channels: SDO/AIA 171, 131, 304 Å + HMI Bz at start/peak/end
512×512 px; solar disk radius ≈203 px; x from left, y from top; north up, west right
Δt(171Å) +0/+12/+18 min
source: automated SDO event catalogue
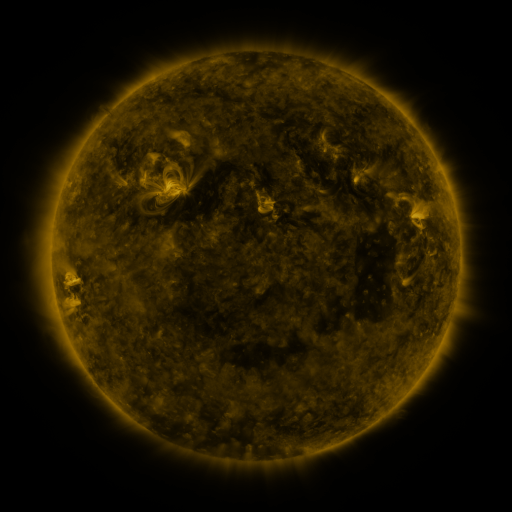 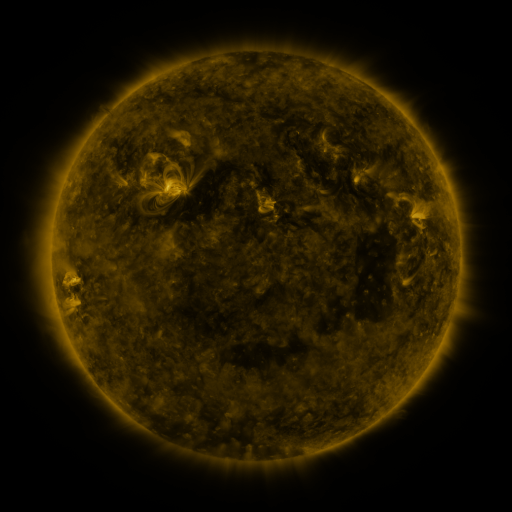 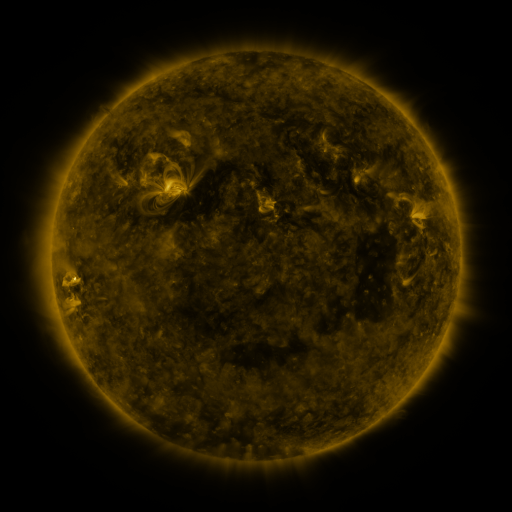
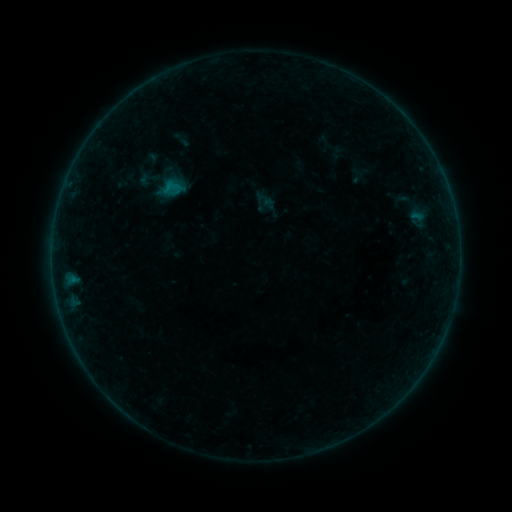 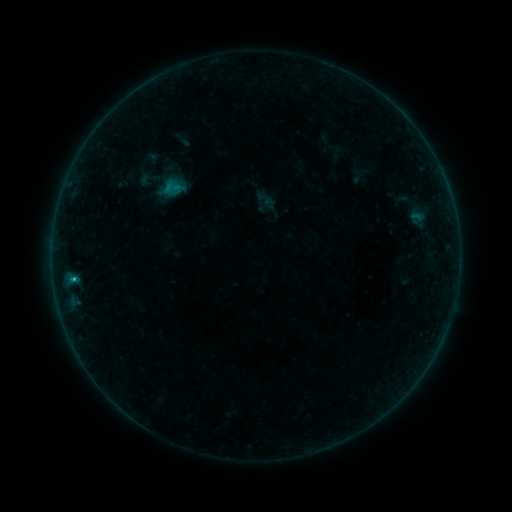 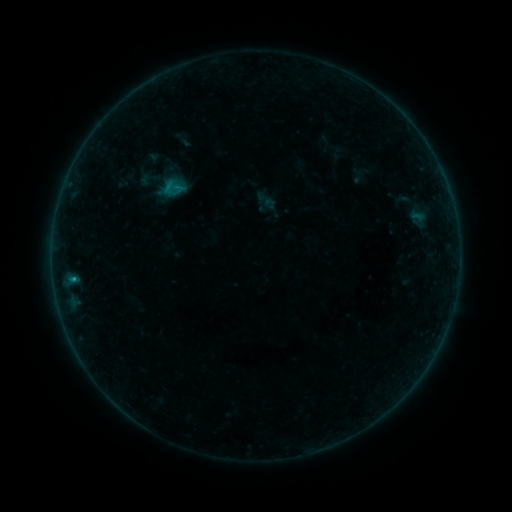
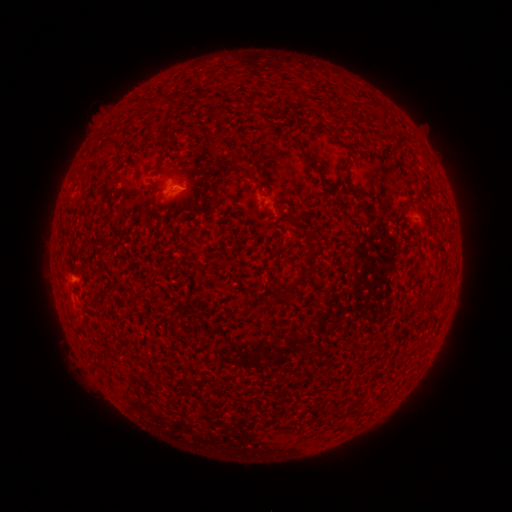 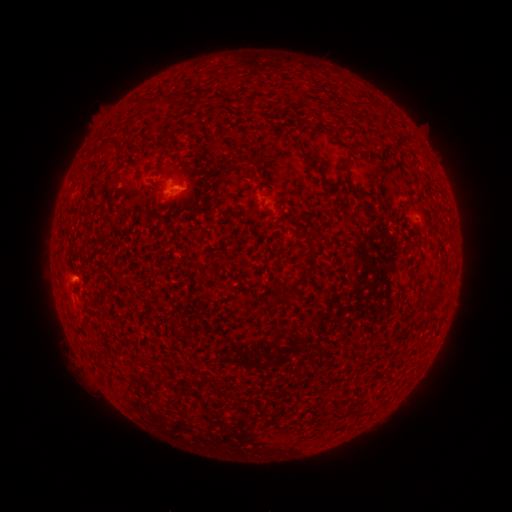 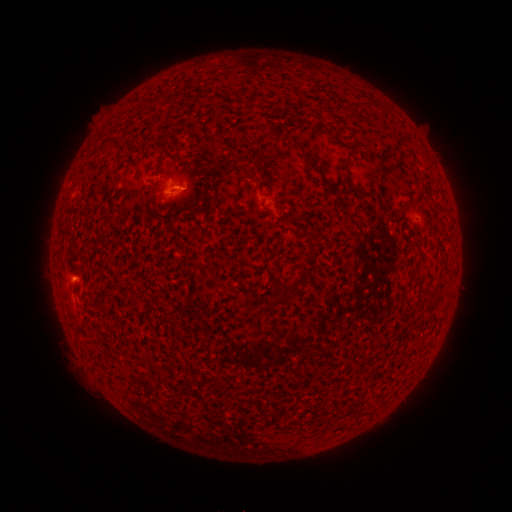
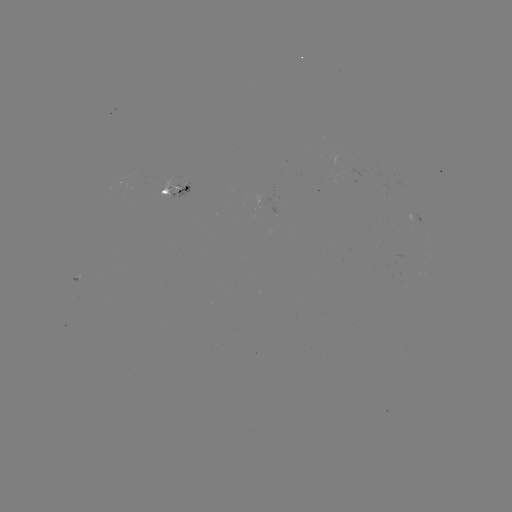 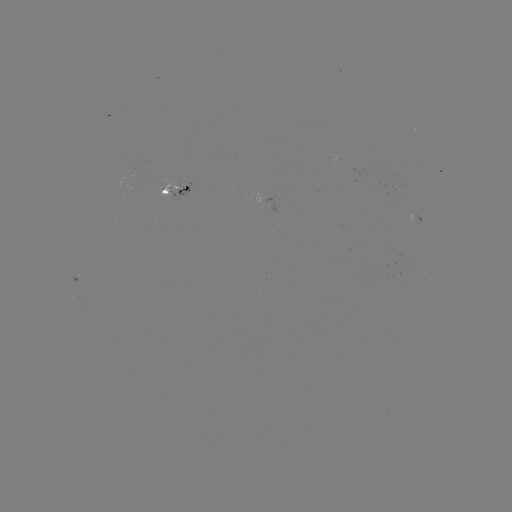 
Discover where B4.9 flare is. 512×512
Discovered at [73, 277].